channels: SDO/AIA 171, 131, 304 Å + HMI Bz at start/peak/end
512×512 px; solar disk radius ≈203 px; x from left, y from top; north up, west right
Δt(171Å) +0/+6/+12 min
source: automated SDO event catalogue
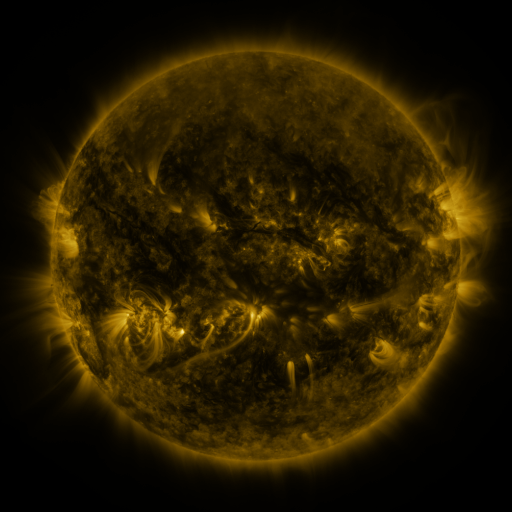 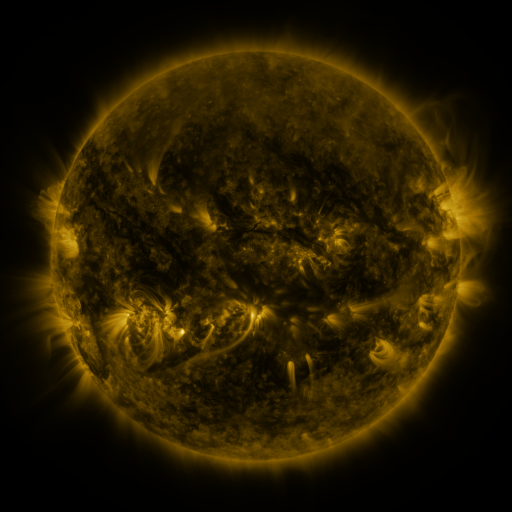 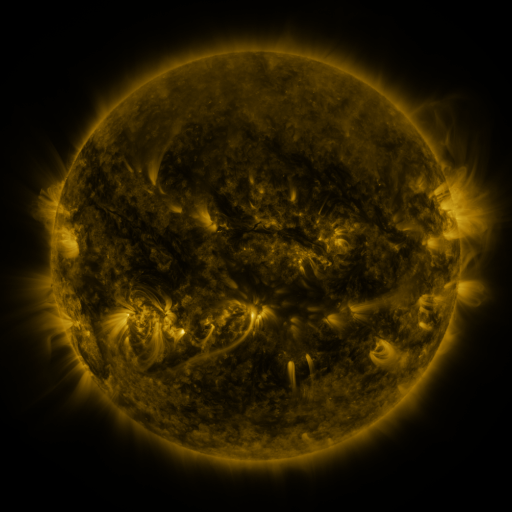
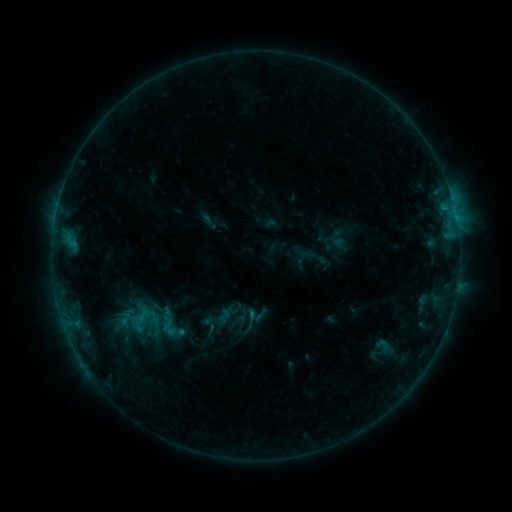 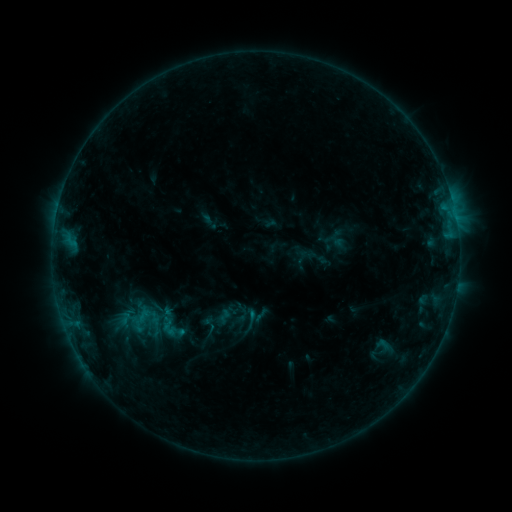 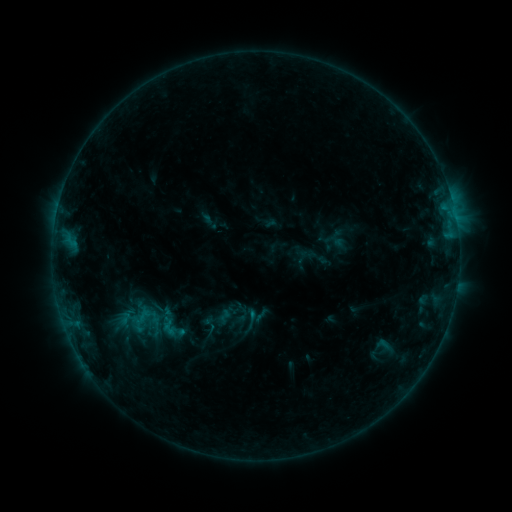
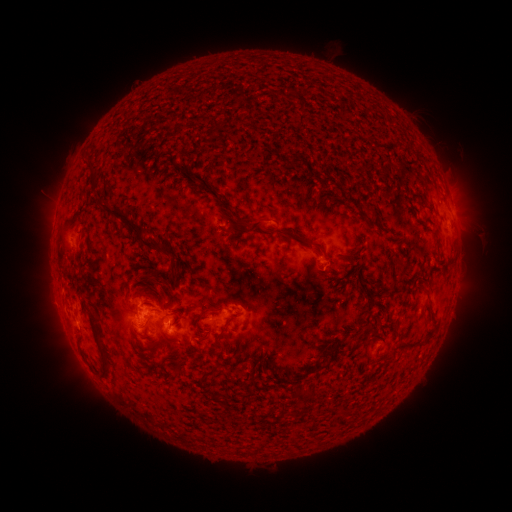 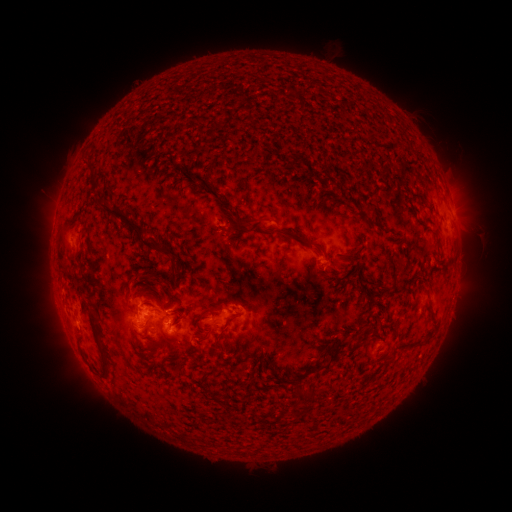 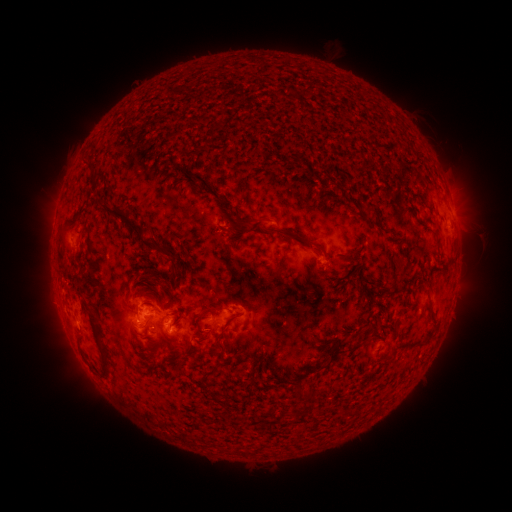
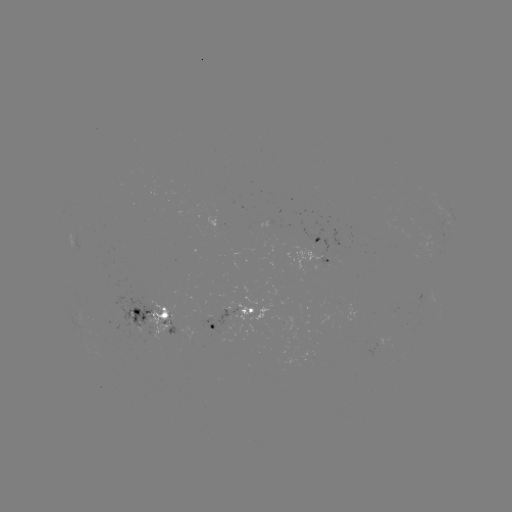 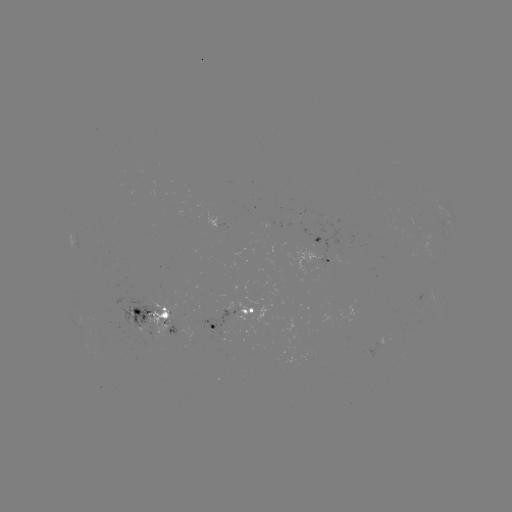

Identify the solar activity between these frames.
no classed flare was catalogued and no EUV brightening was flagged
